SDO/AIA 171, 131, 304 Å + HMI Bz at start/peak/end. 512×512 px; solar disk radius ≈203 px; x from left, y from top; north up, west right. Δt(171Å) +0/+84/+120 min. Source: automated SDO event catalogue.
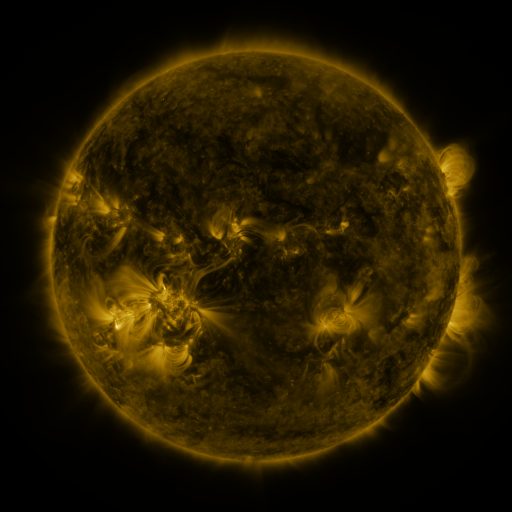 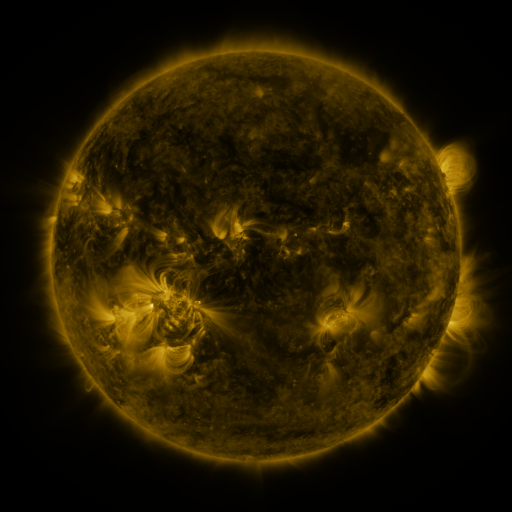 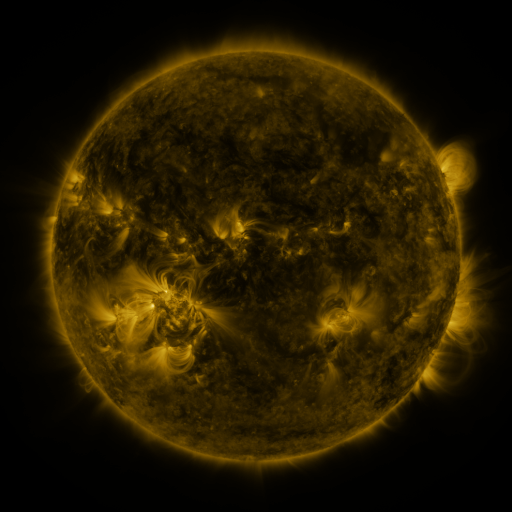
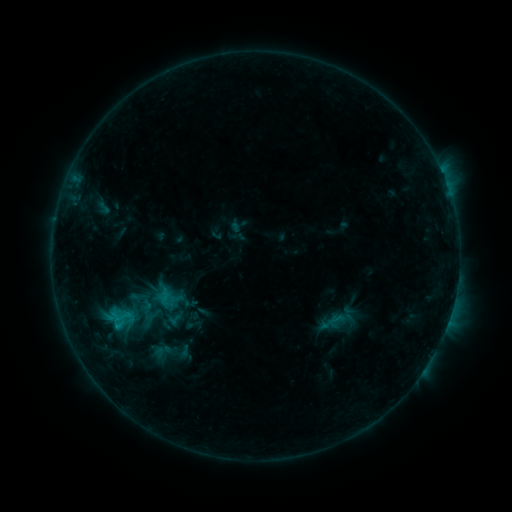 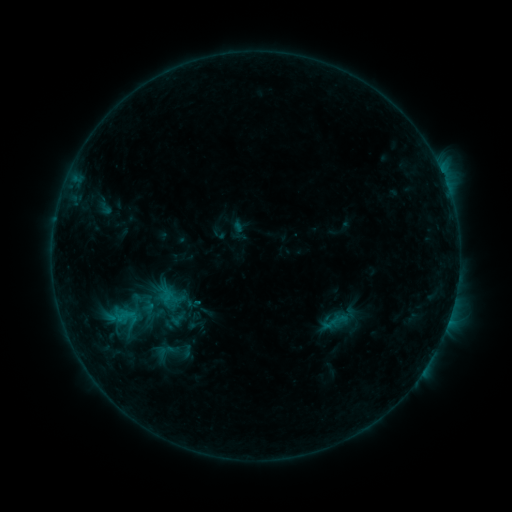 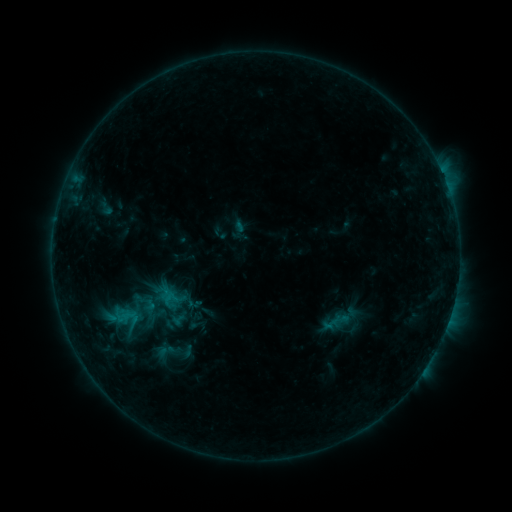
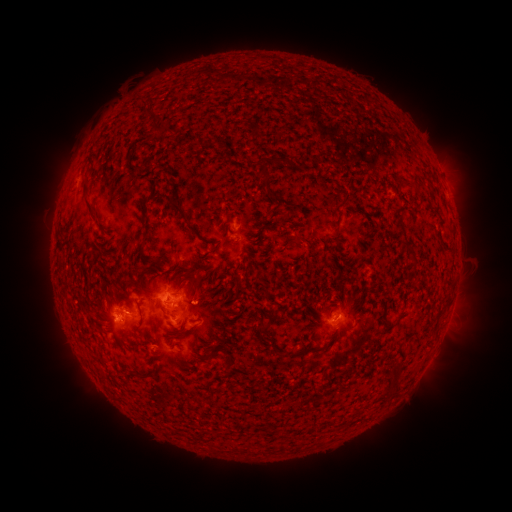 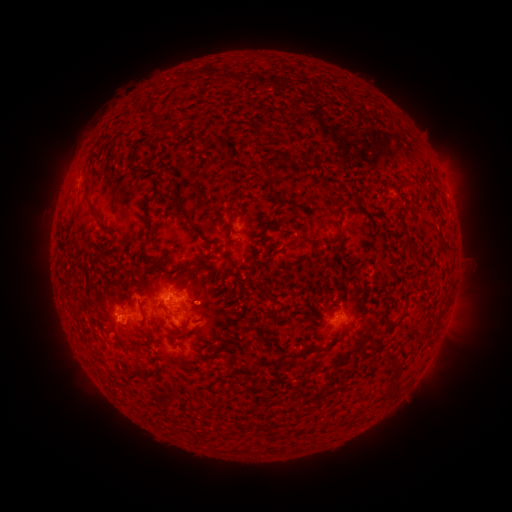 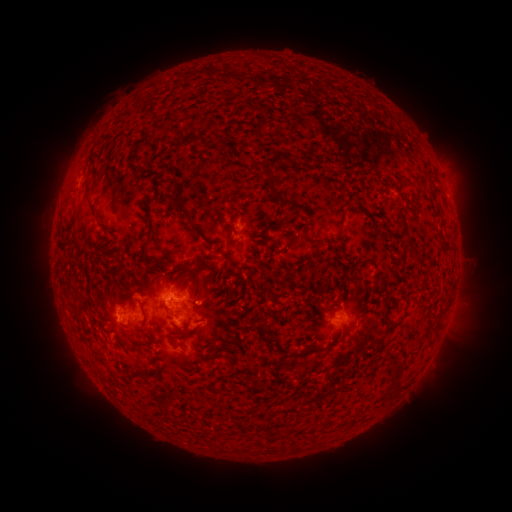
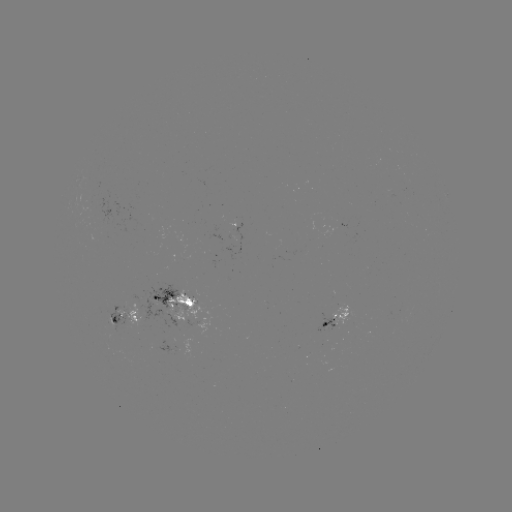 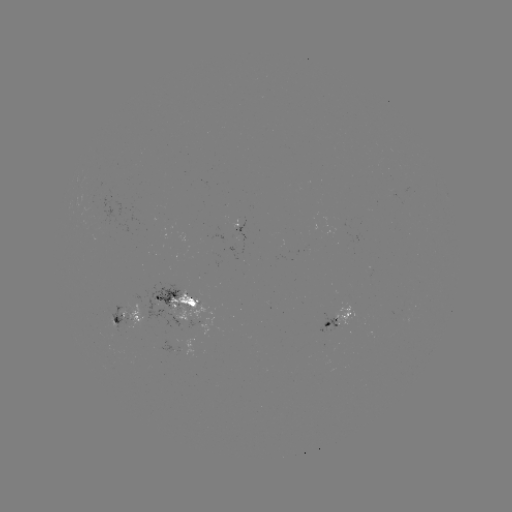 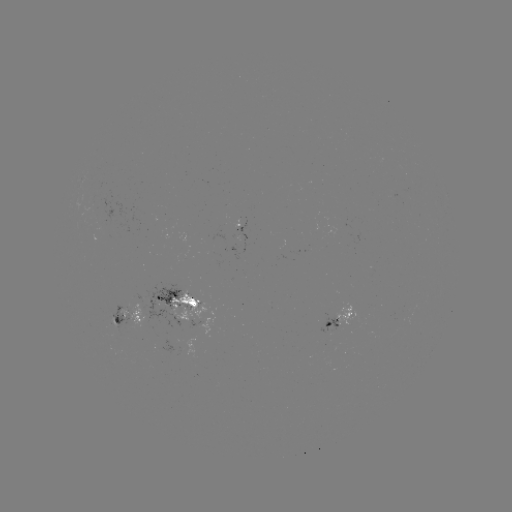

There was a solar emerging-flux region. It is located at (160, 346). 